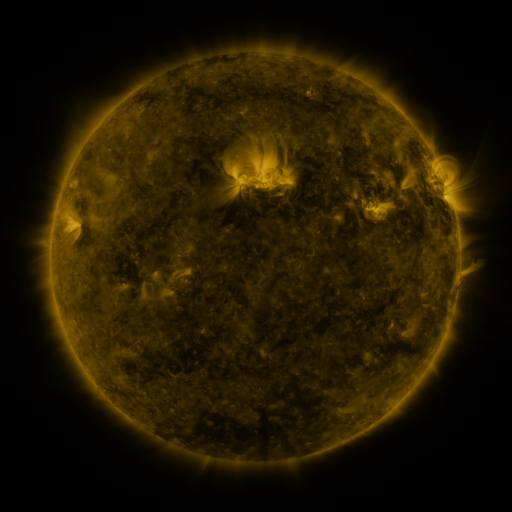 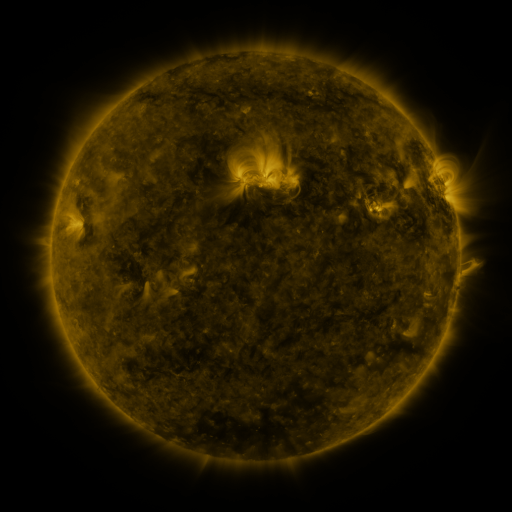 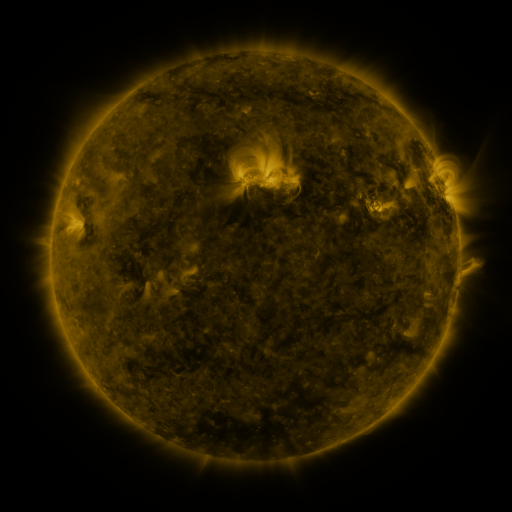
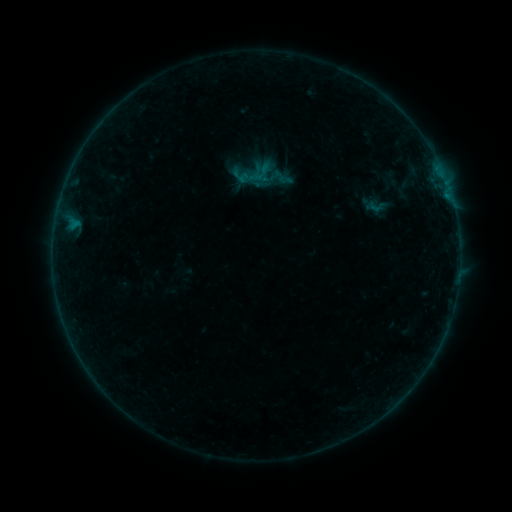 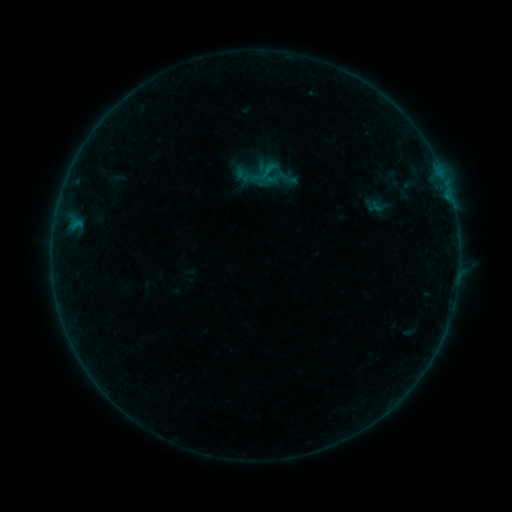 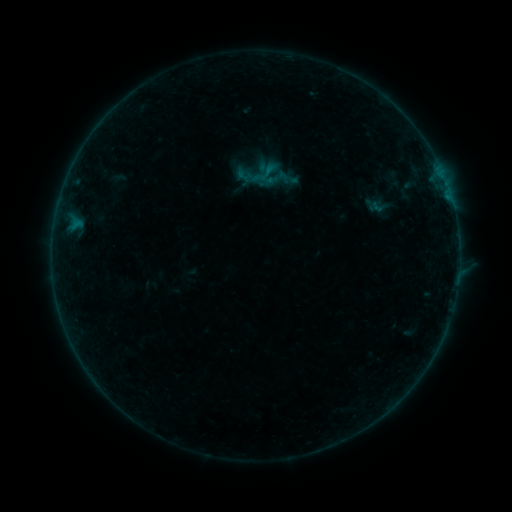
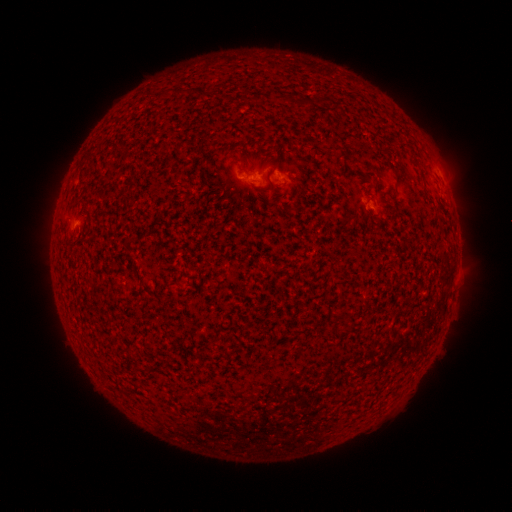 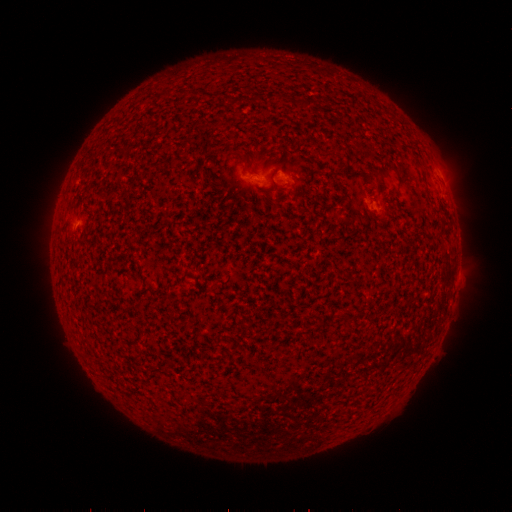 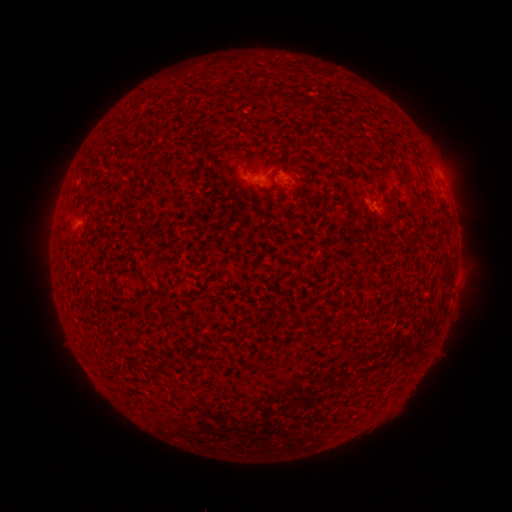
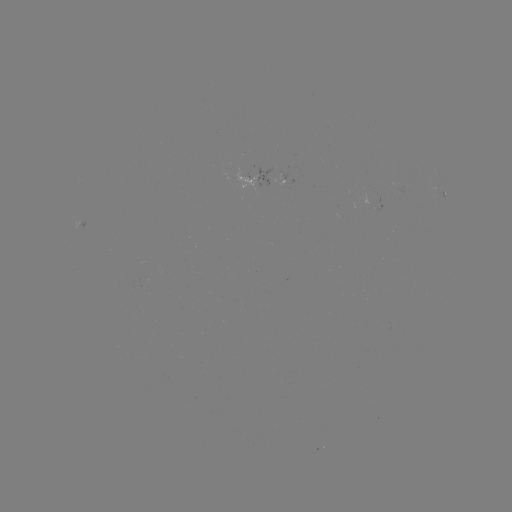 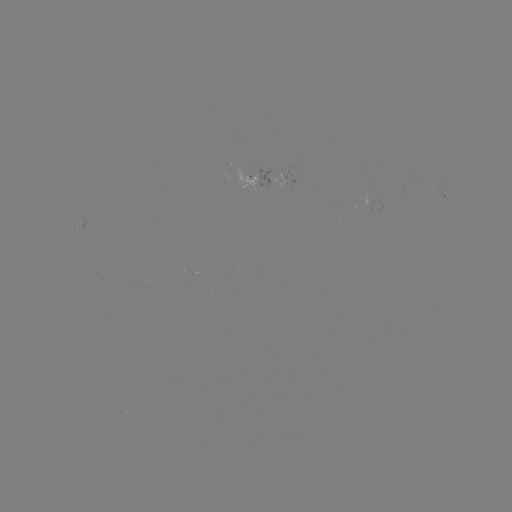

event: emerging-flux region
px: (398, 188)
